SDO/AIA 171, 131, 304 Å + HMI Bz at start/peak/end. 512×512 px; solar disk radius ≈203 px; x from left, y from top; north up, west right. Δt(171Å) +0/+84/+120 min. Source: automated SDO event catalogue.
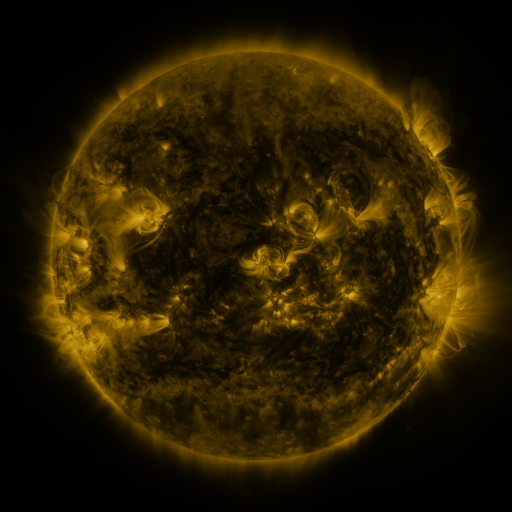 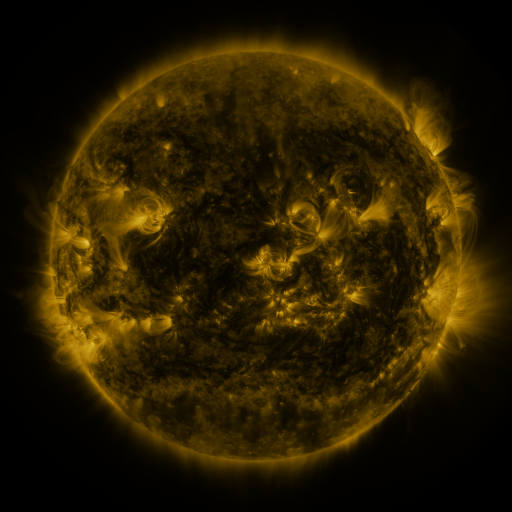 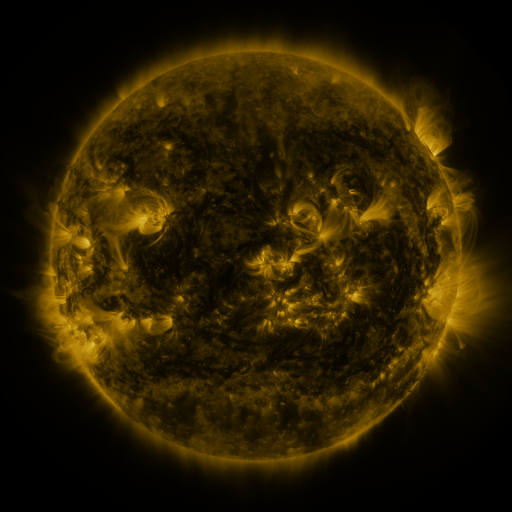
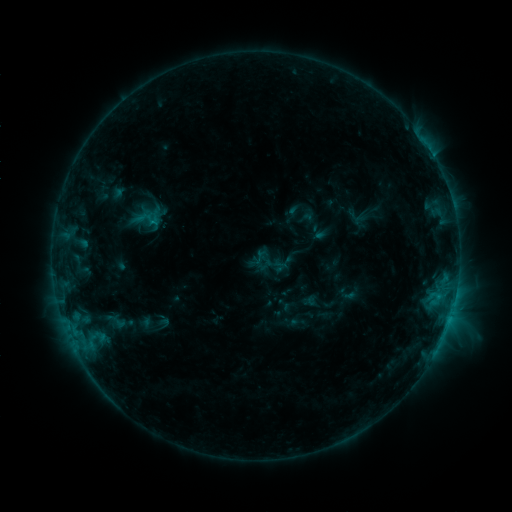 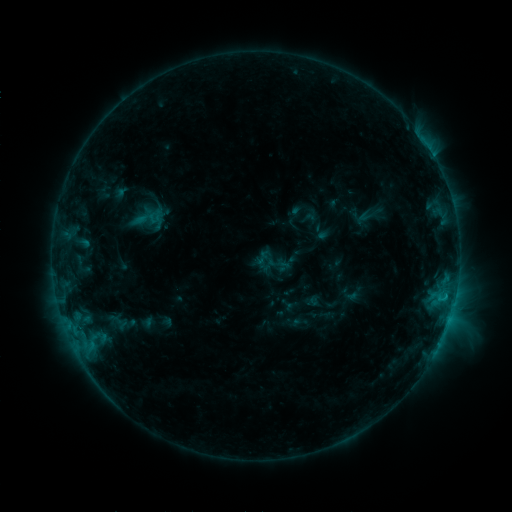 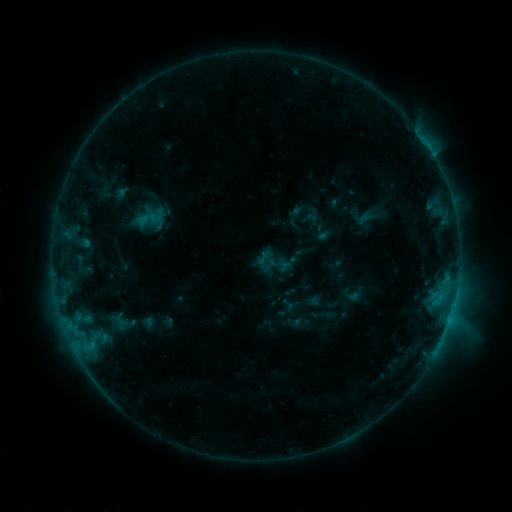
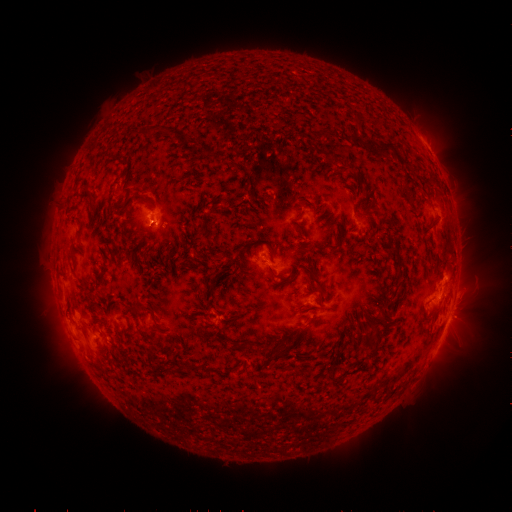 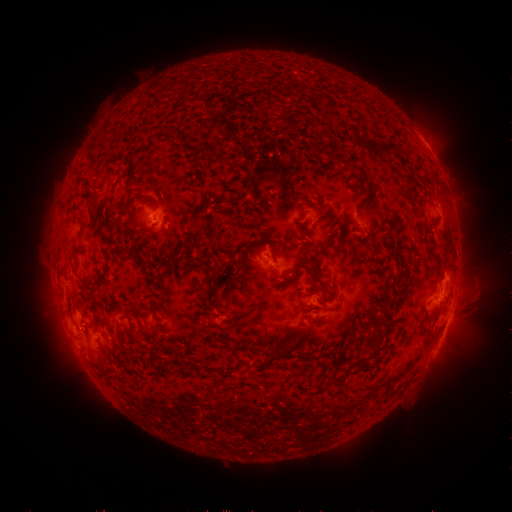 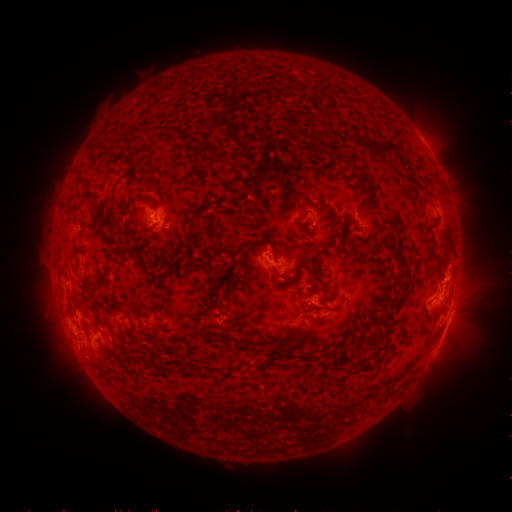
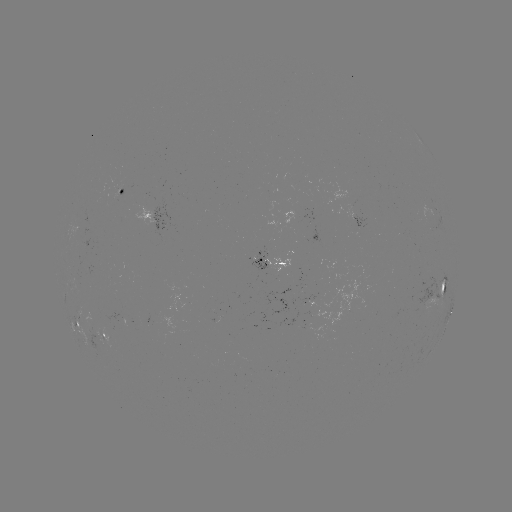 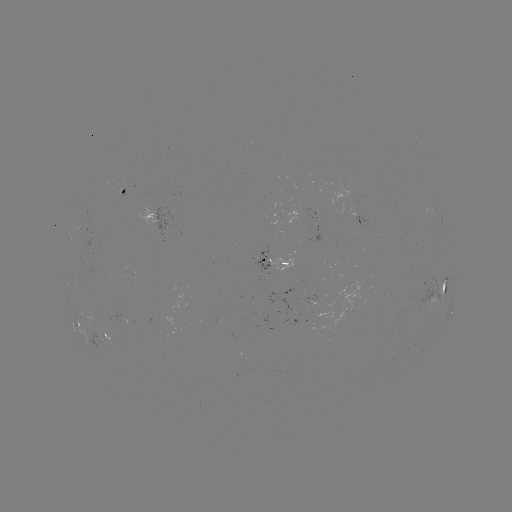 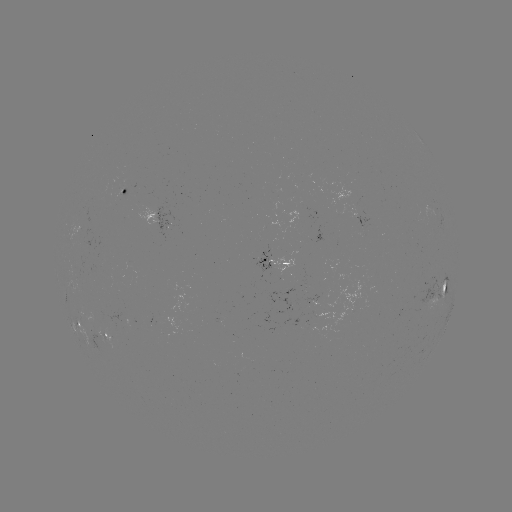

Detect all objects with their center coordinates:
emerging-flux region: (347, 308)
